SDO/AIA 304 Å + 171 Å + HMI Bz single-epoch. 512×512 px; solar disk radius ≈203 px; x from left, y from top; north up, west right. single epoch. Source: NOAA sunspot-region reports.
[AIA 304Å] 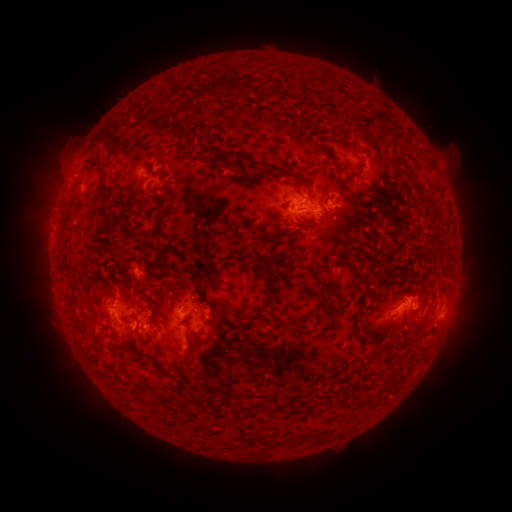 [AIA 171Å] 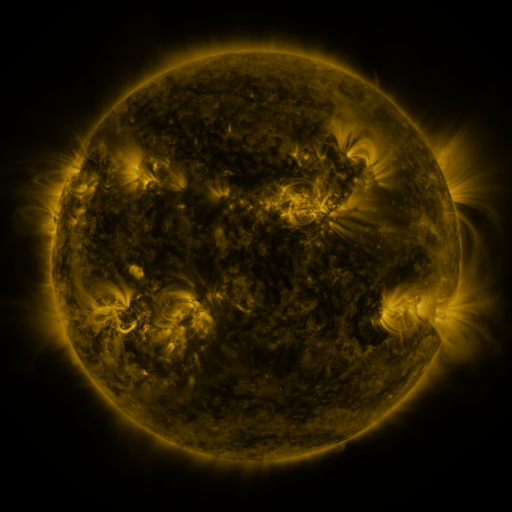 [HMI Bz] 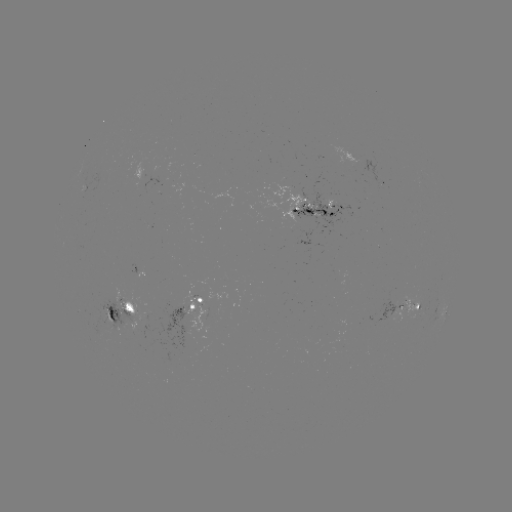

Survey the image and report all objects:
spotted active region: (389, 180)
spotted active region: (314, 210)
spotted active region: (142, 268)
spotted active region: (215, 301)
spotted active region: (399, 309)
spotted active region: (140, 311)
spotted active region: (444, 311)
spotted active region: (449, 313)
